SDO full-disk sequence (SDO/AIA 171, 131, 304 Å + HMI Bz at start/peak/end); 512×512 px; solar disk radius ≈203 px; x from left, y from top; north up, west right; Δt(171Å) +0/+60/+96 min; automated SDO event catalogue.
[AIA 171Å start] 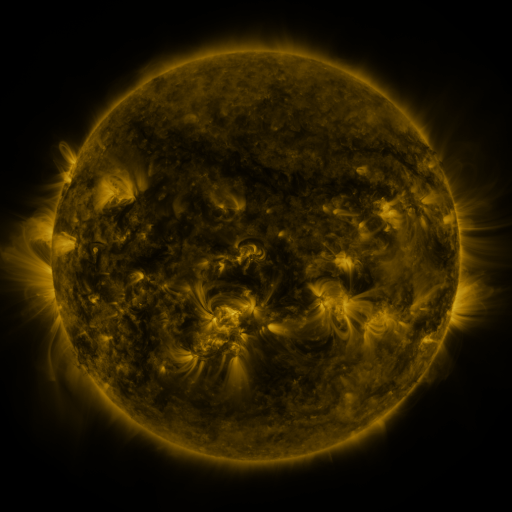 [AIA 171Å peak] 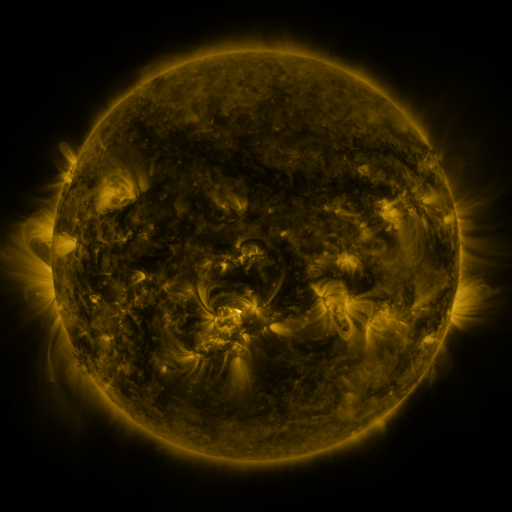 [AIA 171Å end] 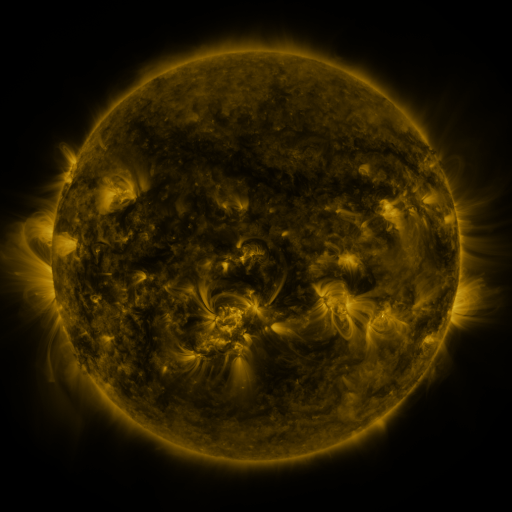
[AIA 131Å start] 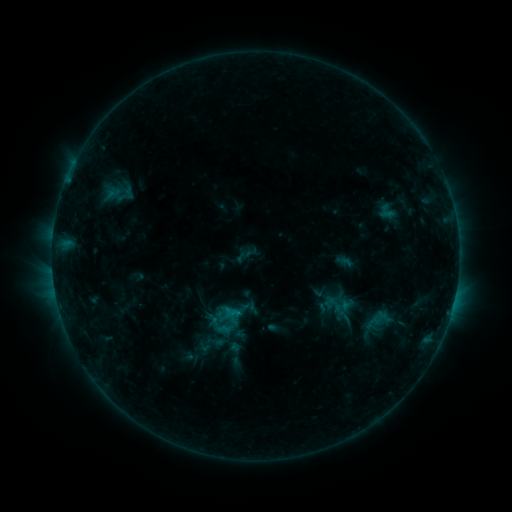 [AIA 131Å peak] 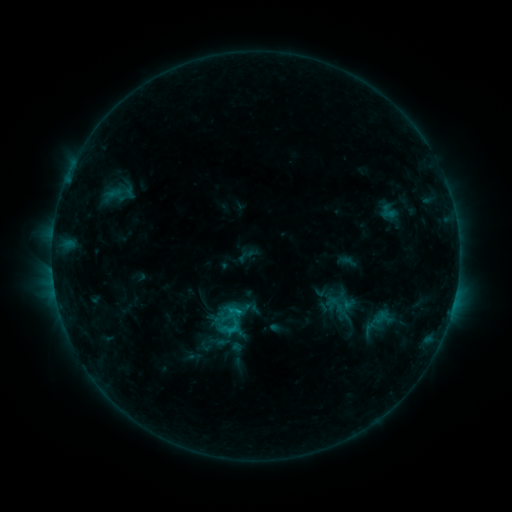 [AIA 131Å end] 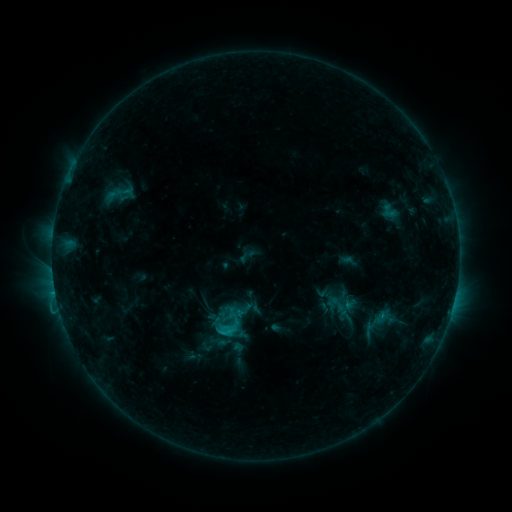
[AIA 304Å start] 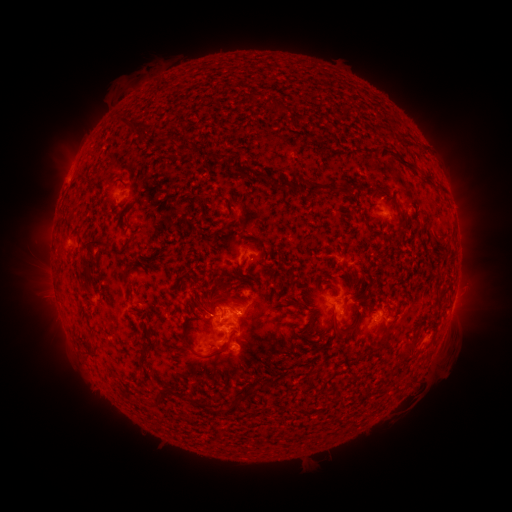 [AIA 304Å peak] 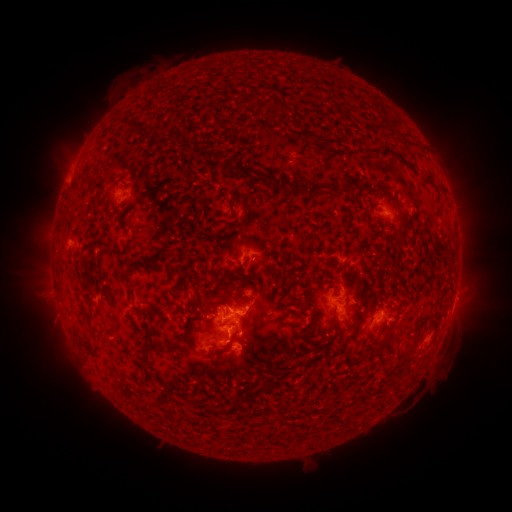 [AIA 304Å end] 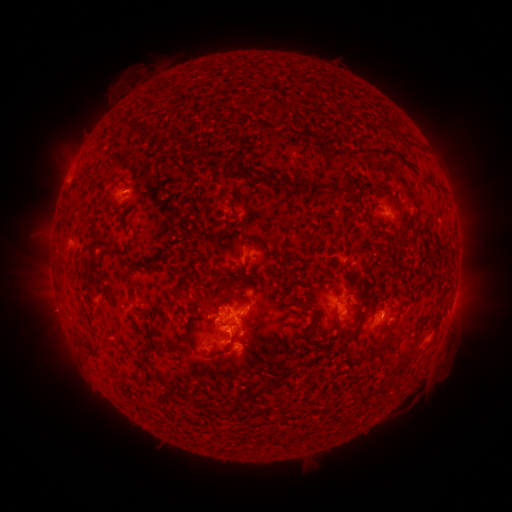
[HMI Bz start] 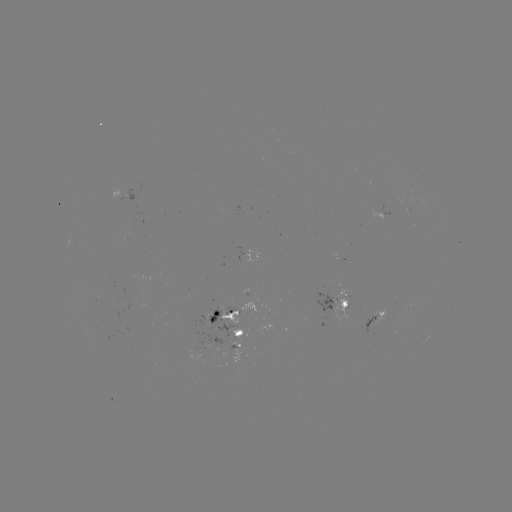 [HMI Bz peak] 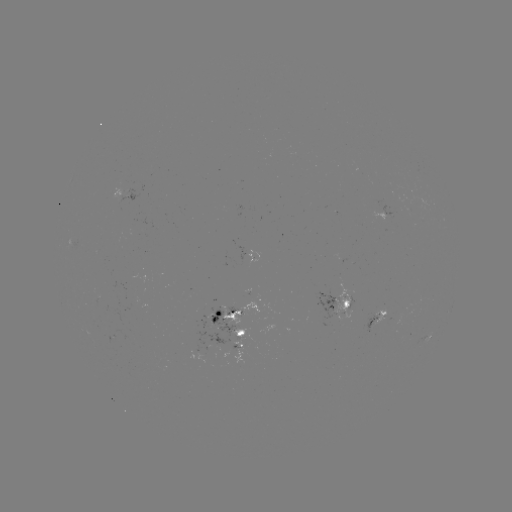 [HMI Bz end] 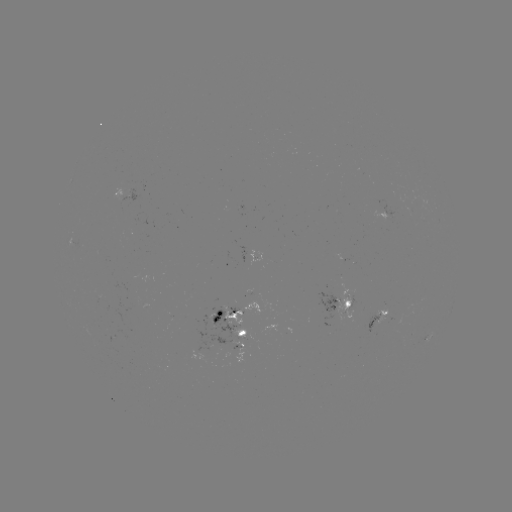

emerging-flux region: <bbox>377, 312, 391, 323</bbox>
